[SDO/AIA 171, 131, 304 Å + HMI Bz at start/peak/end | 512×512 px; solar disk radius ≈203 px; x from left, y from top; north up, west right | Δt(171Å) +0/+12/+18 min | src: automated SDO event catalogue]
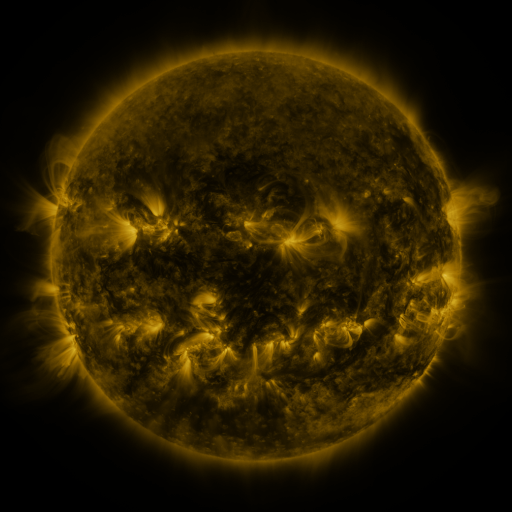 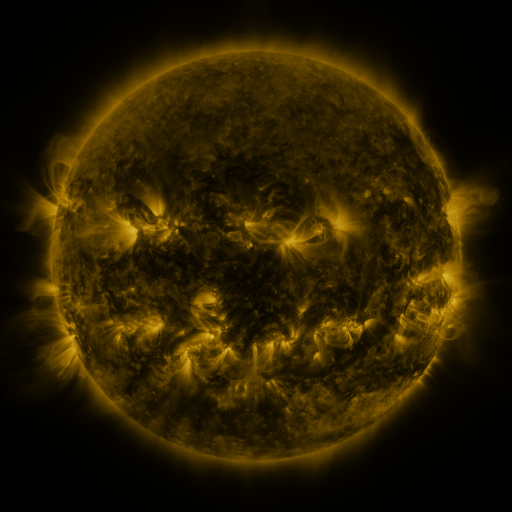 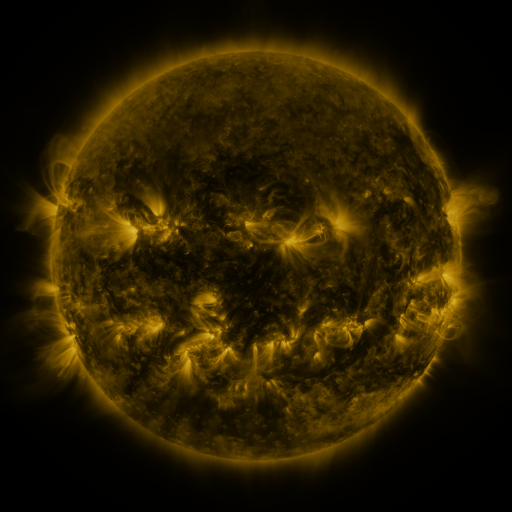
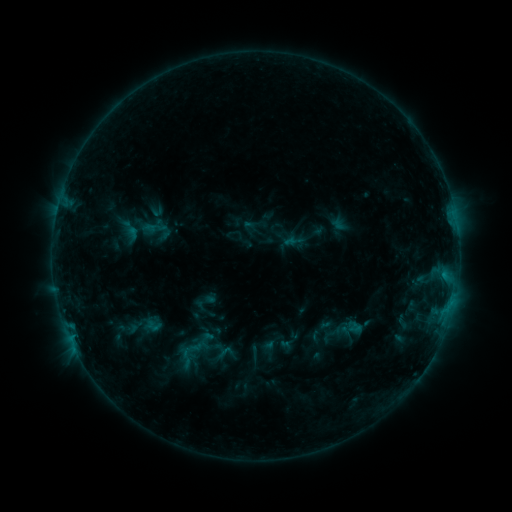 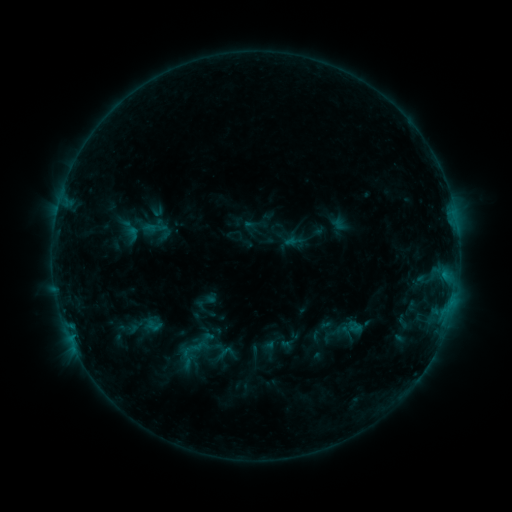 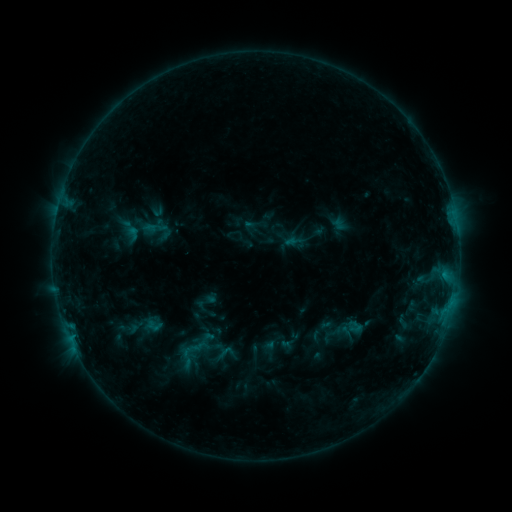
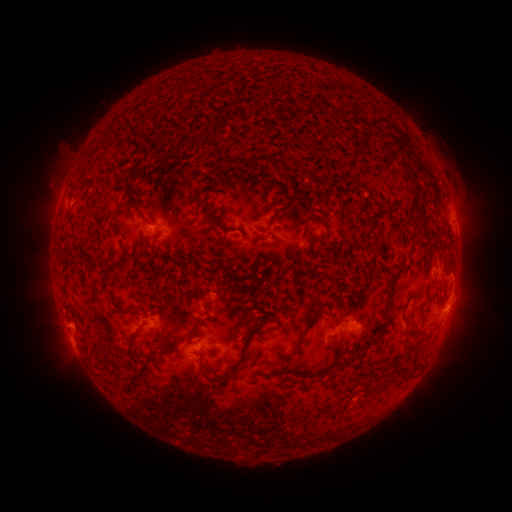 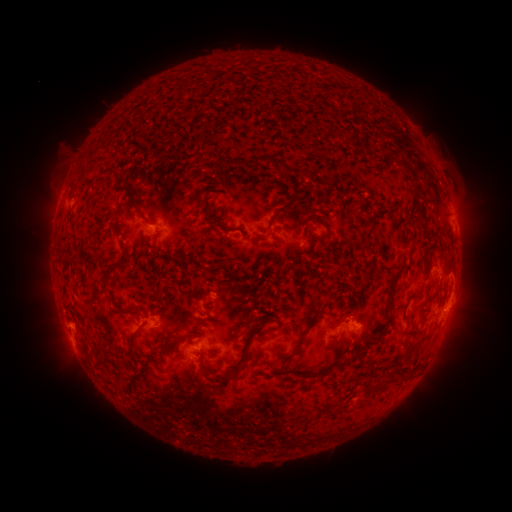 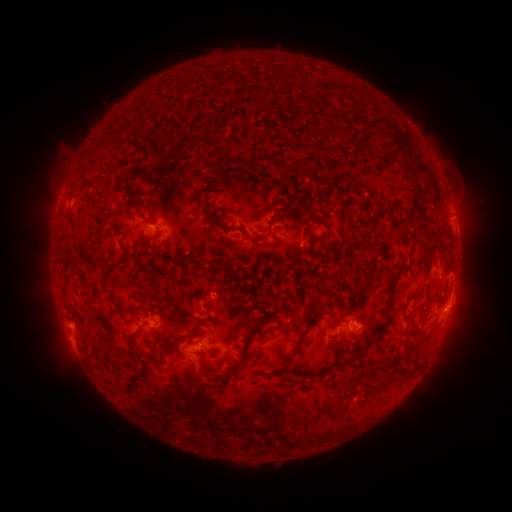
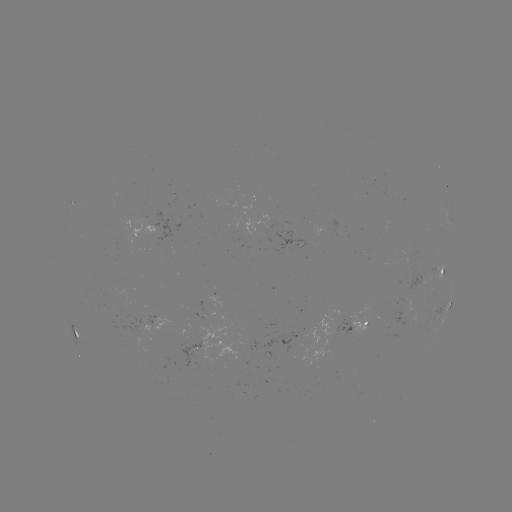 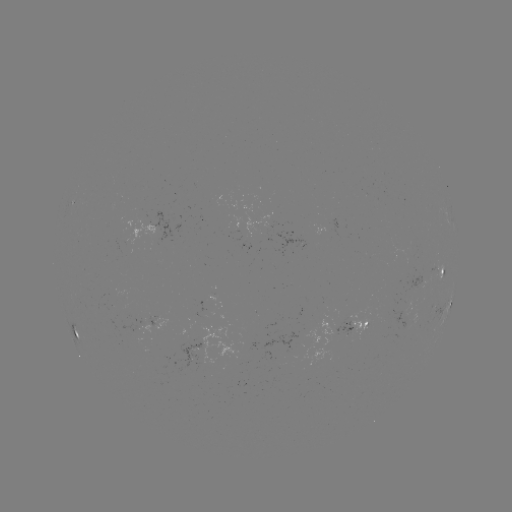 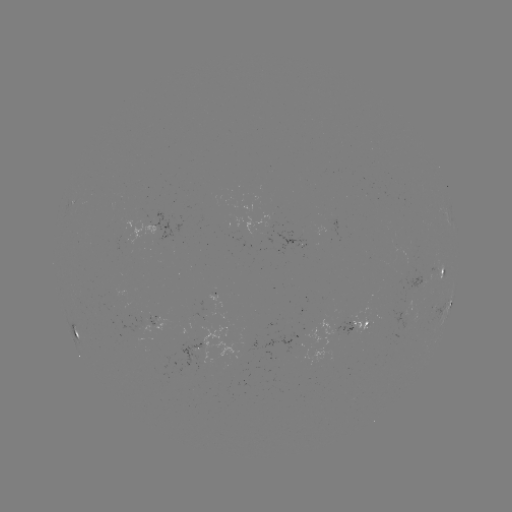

no classed flare was catalogued and no EUV brightening was flagged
